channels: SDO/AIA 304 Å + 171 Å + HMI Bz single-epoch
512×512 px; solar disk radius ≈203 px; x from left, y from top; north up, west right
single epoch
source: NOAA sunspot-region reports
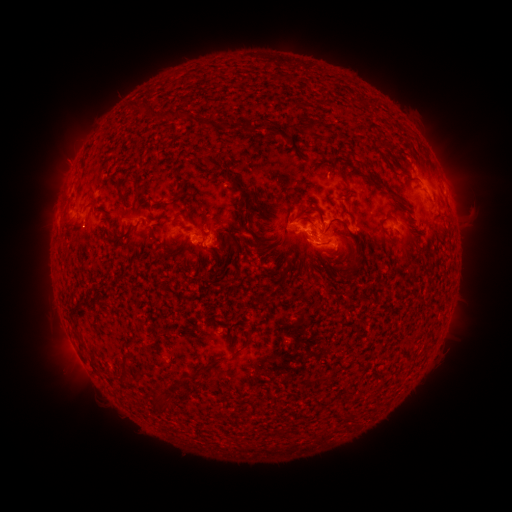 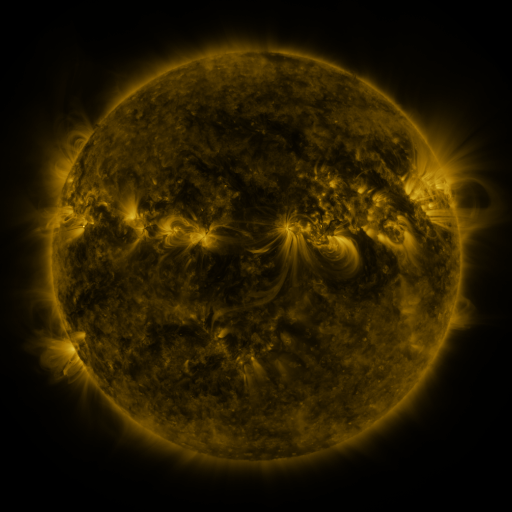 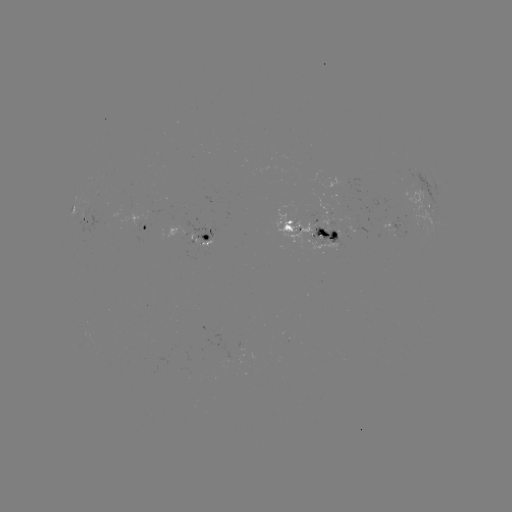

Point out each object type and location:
spotted active region: (78, 210)
spotted active region: (431, 210)
spotted active region: (145, 226)
spotted active region: (394, 227)
spotted active region: (201, 232)
spotted active region: (310, 232)
